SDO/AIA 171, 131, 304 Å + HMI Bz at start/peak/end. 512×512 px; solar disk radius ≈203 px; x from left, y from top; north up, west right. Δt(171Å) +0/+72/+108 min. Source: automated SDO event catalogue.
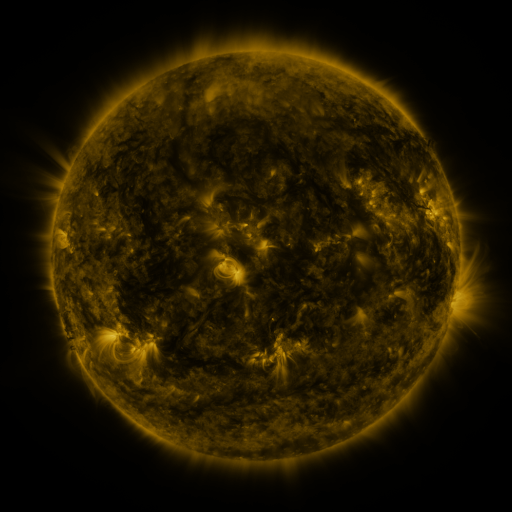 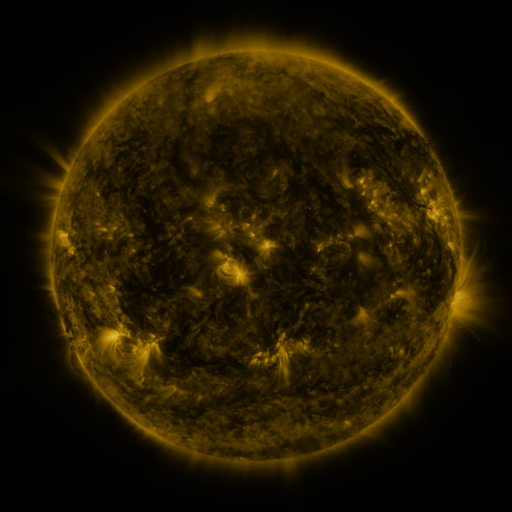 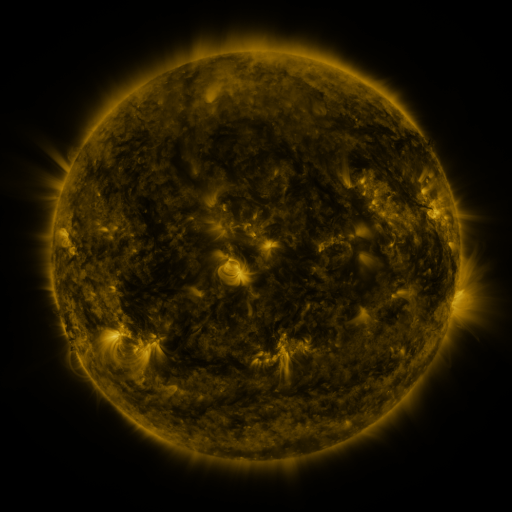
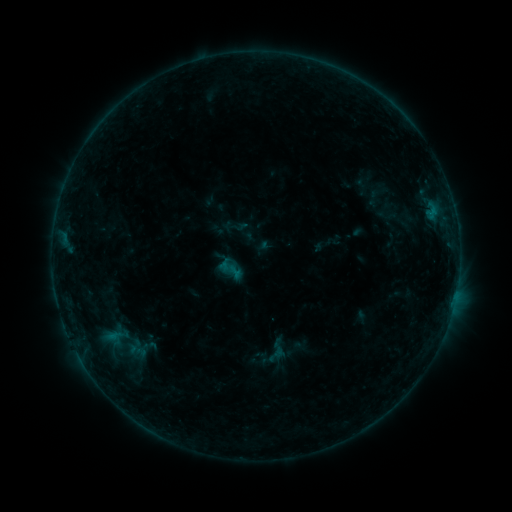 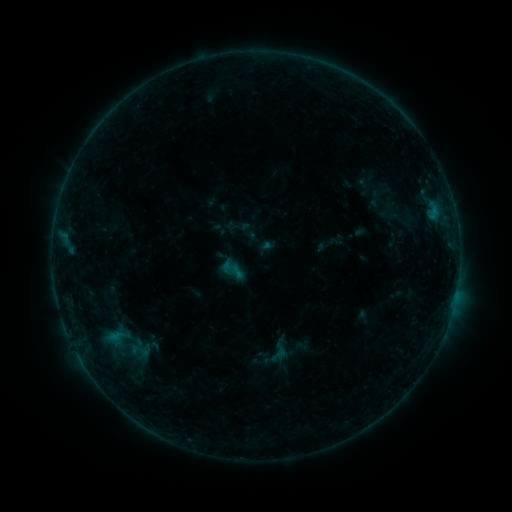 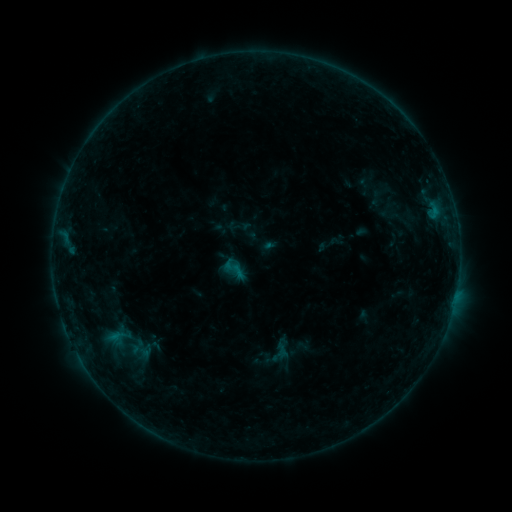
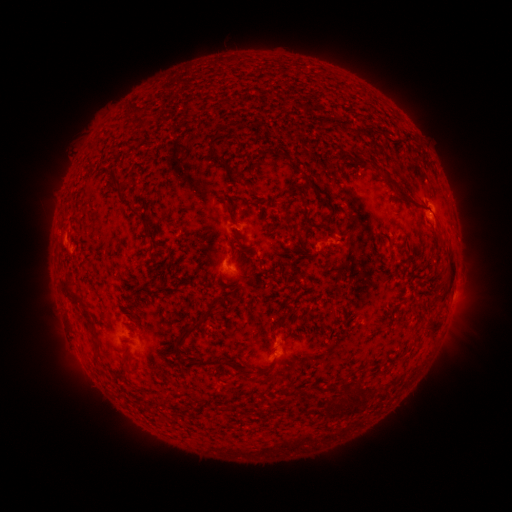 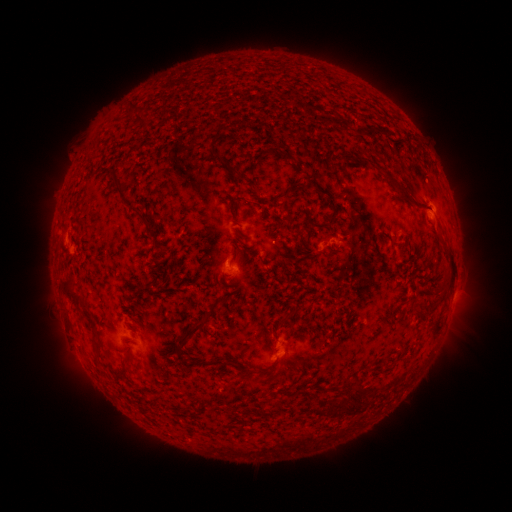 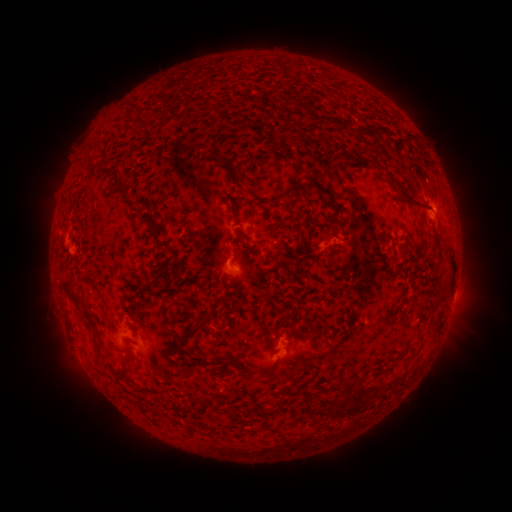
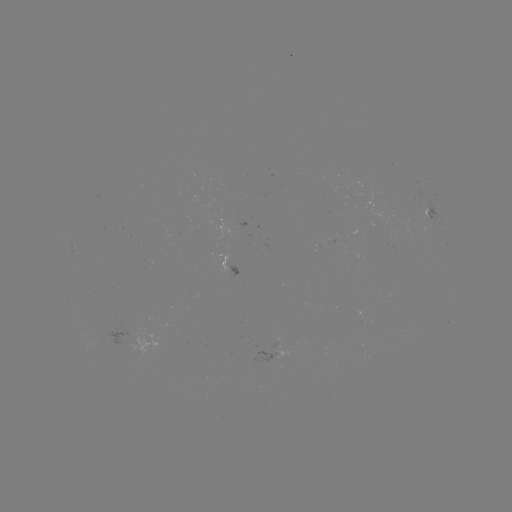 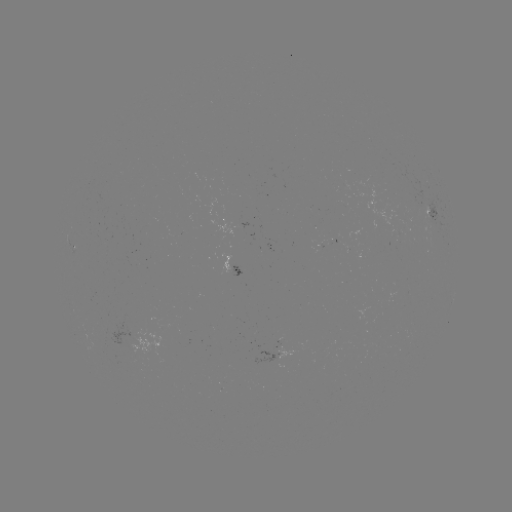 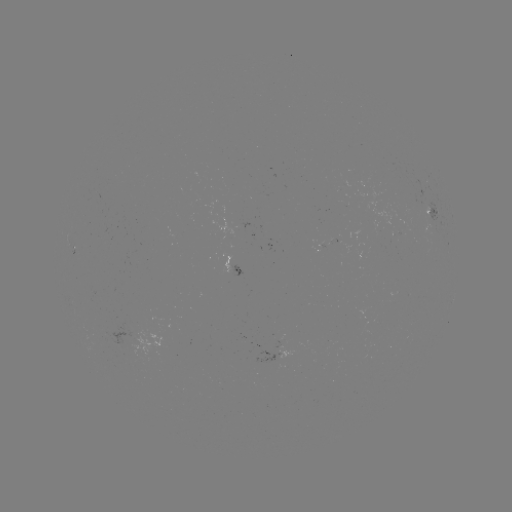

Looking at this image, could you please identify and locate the emerging-flux region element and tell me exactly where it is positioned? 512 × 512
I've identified emerging-flux region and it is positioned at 397,236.